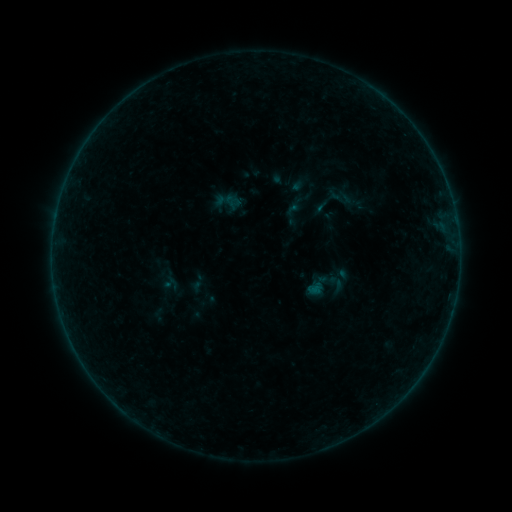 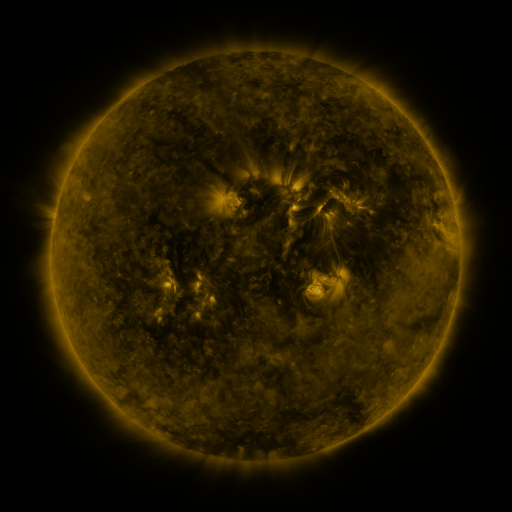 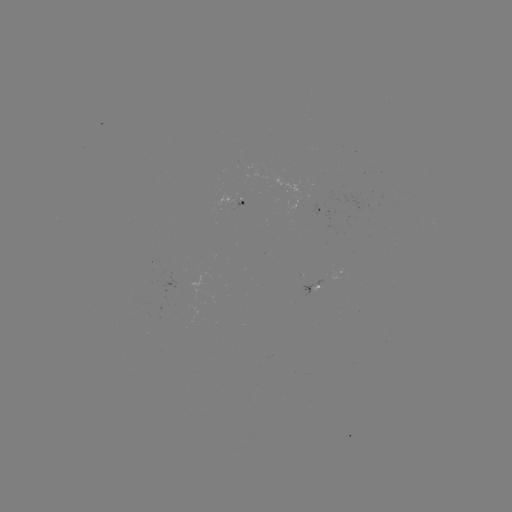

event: sigmoid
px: (324, 285)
